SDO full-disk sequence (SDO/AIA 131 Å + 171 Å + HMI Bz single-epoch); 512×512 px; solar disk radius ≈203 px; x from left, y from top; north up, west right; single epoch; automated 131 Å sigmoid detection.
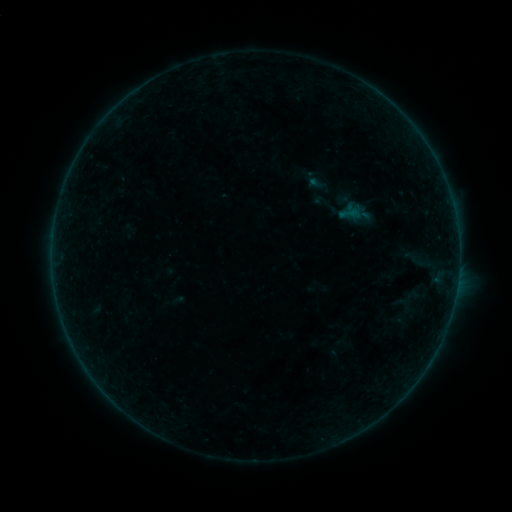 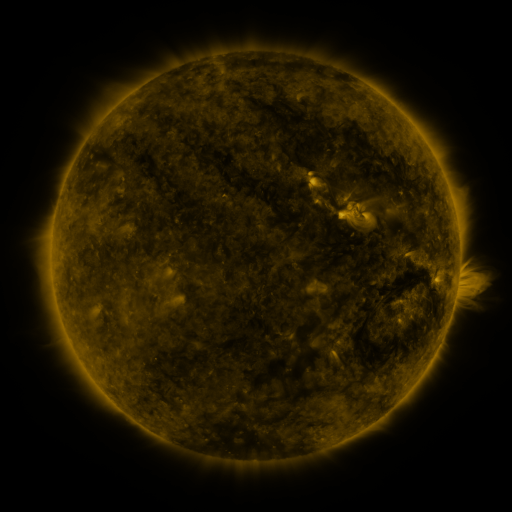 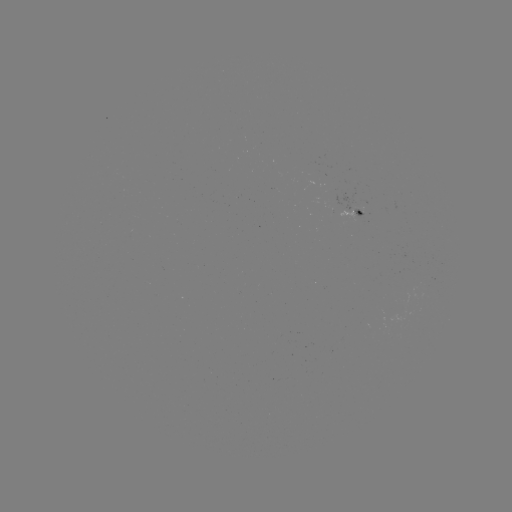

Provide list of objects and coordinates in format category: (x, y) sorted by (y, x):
sigmoid: (349, 213)
sigmoid: (415, 259)
